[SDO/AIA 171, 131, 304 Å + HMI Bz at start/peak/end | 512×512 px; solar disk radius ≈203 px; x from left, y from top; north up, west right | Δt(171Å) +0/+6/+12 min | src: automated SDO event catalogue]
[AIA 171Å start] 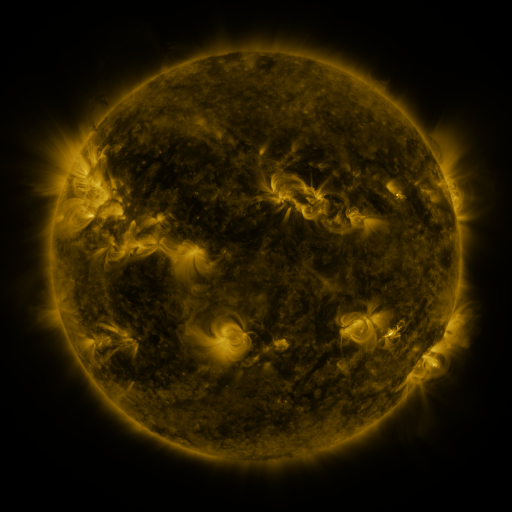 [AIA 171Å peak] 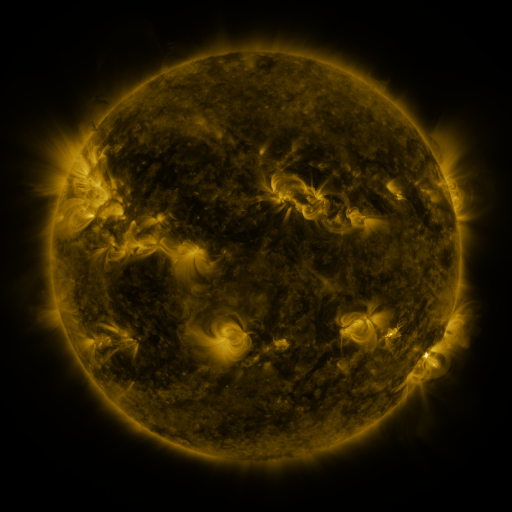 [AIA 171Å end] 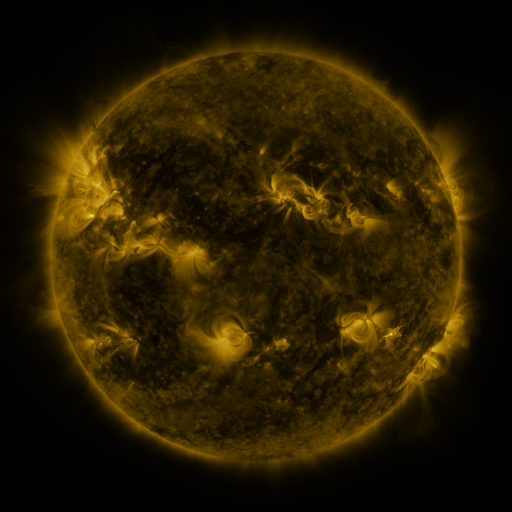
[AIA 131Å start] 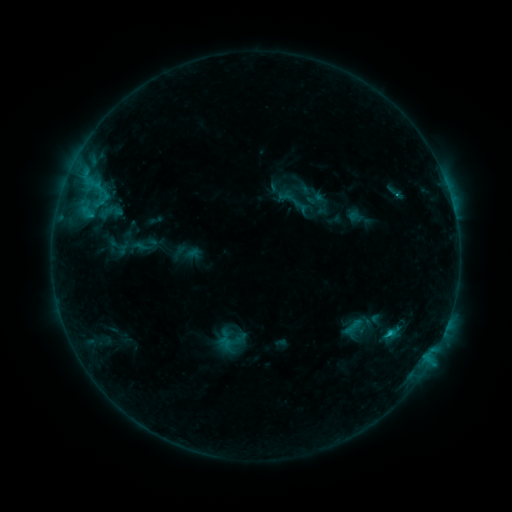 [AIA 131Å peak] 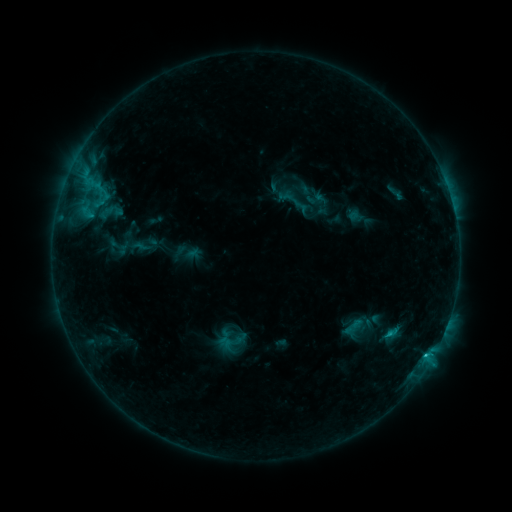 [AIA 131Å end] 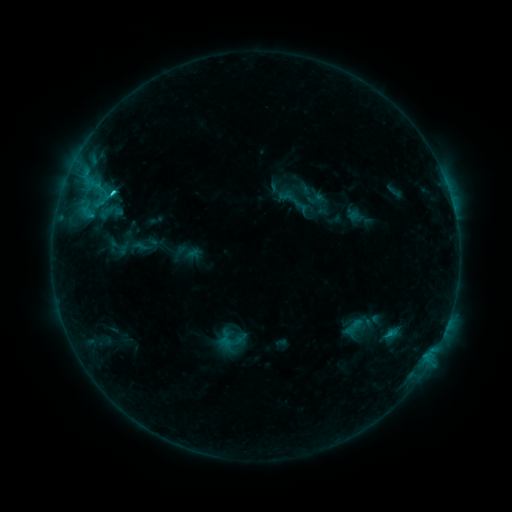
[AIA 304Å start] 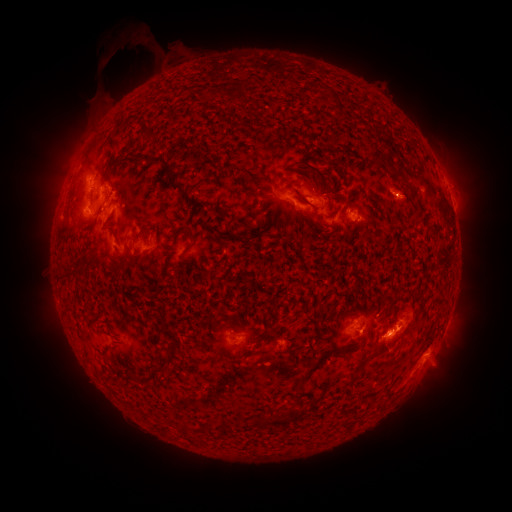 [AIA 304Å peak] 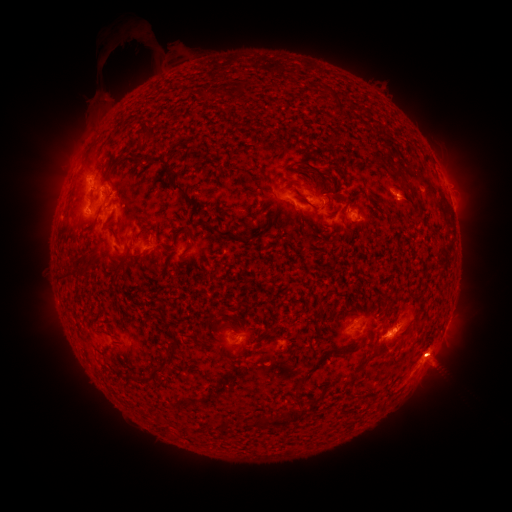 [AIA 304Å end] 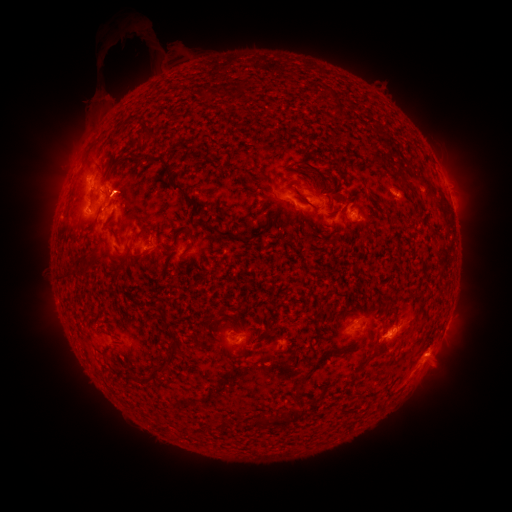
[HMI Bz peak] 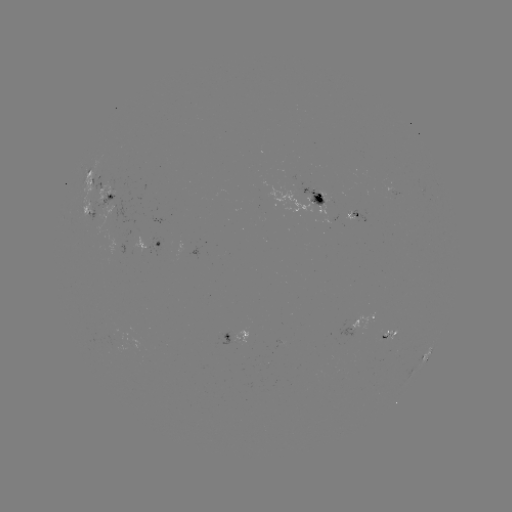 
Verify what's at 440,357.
eruption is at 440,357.